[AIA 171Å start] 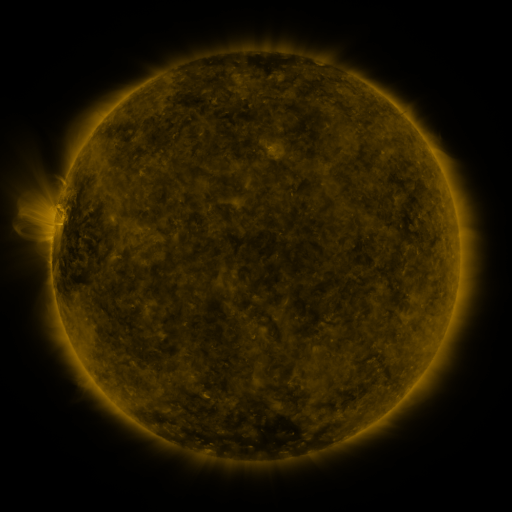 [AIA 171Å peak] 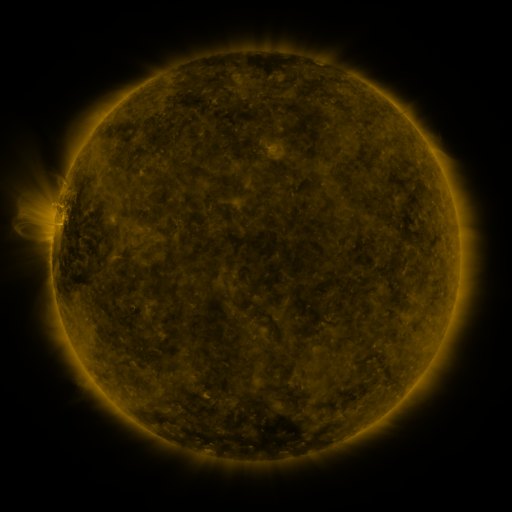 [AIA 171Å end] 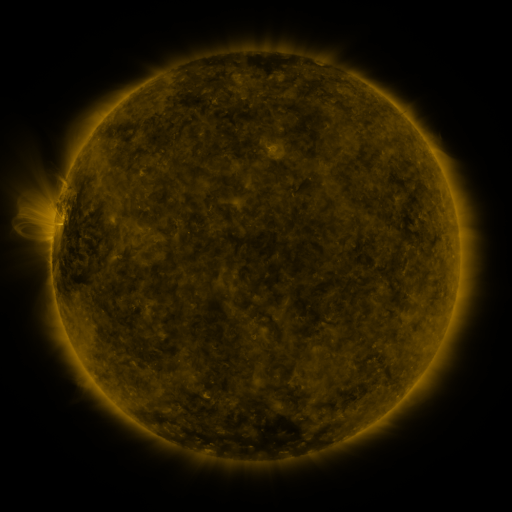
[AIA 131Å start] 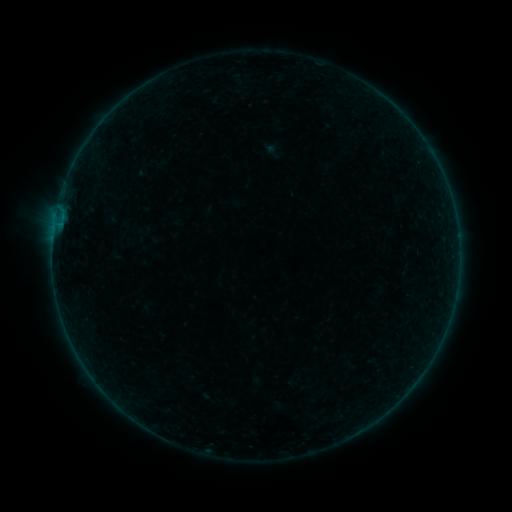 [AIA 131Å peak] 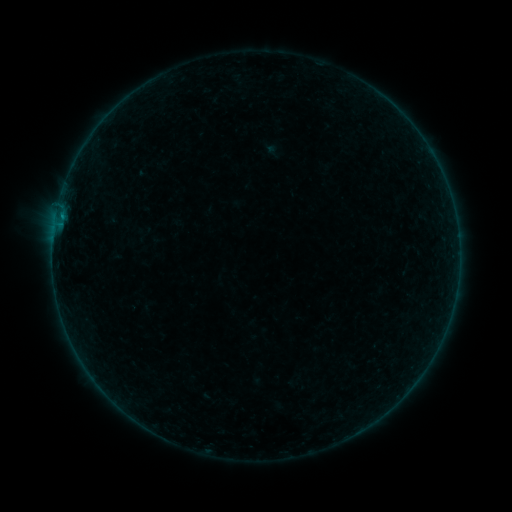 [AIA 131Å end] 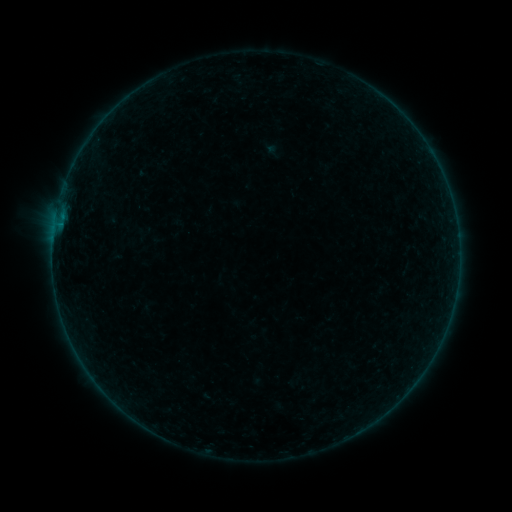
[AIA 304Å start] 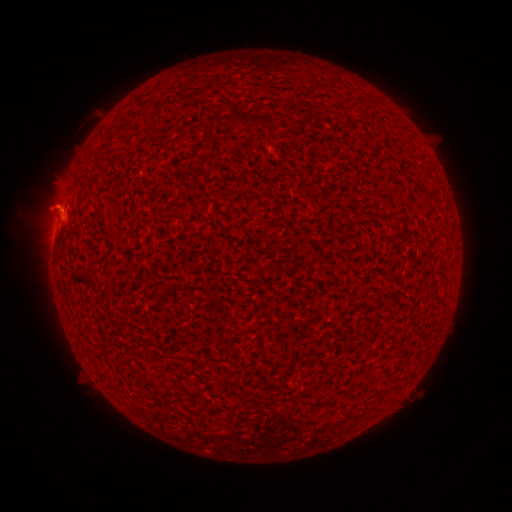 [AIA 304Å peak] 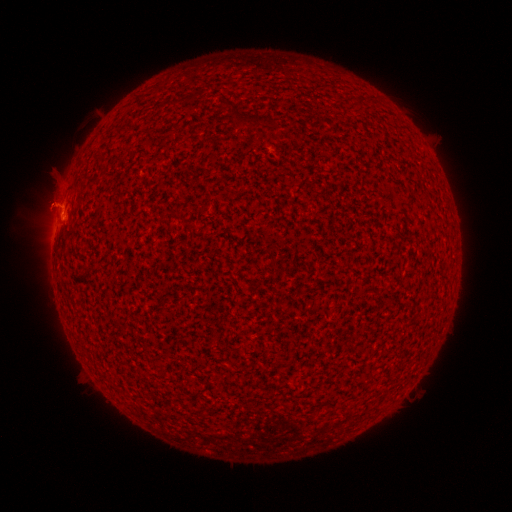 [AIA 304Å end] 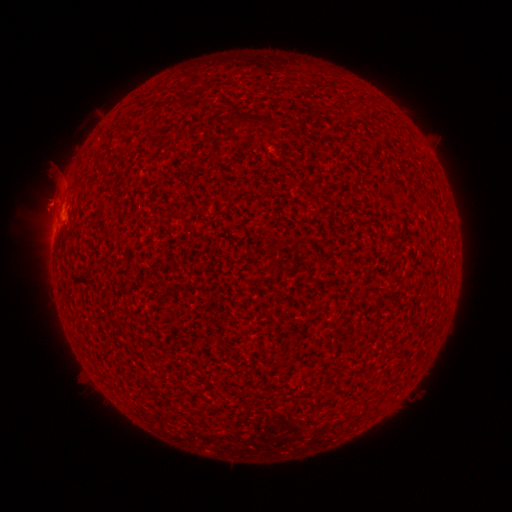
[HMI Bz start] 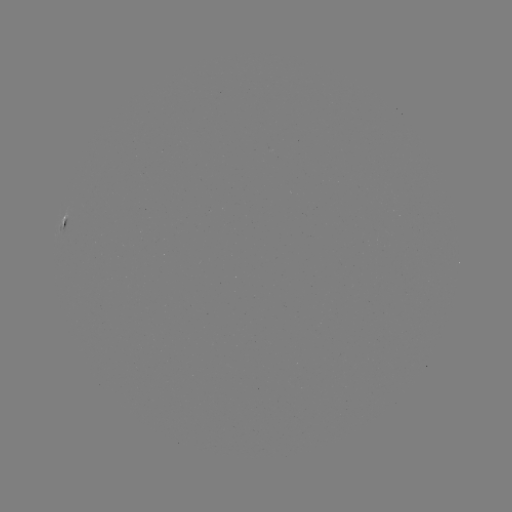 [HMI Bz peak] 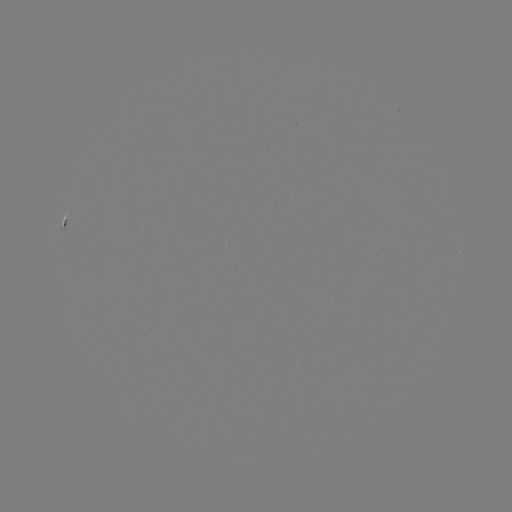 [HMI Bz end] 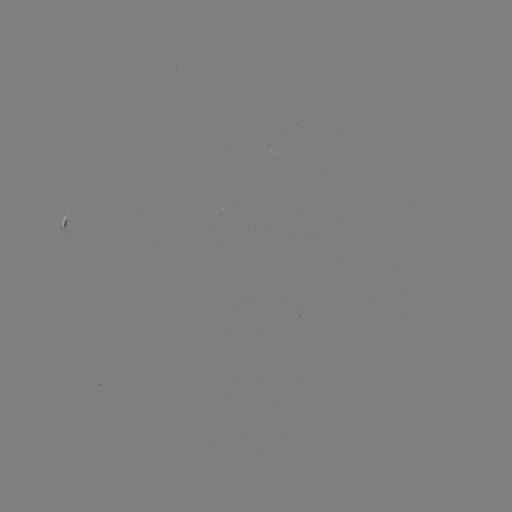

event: flare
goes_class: B2.2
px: (62, 217)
